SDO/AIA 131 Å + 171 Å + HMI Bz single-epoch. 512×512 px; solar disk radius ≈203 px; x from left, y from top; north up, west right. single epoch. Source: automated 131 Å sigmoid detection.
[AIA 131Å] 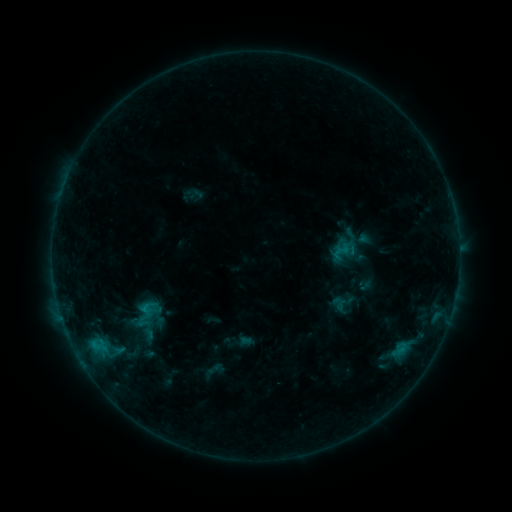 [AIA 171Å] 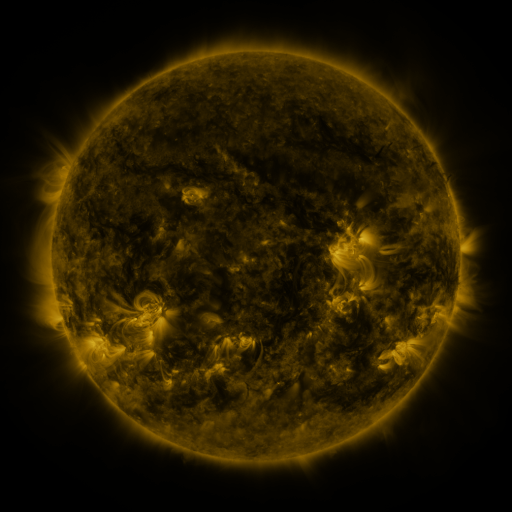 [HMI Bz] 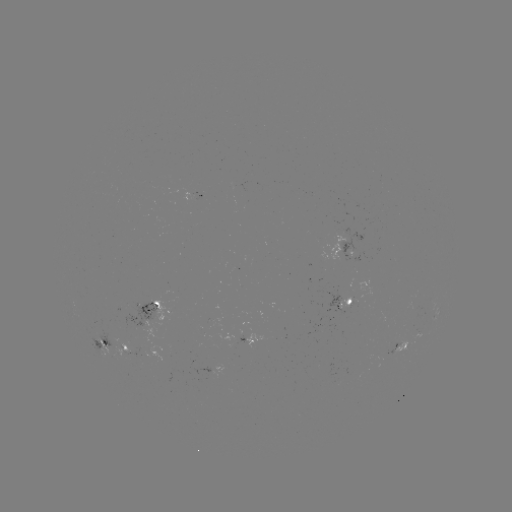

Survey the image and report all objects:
sigmoid: (140, 308, 164, 329)
